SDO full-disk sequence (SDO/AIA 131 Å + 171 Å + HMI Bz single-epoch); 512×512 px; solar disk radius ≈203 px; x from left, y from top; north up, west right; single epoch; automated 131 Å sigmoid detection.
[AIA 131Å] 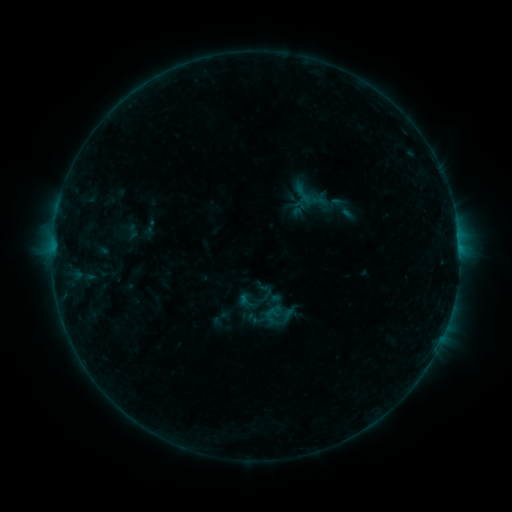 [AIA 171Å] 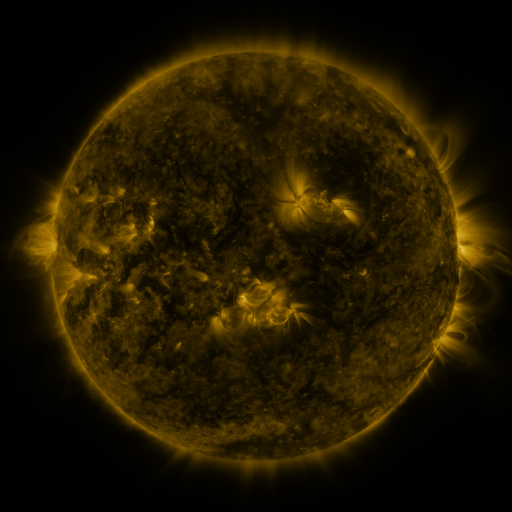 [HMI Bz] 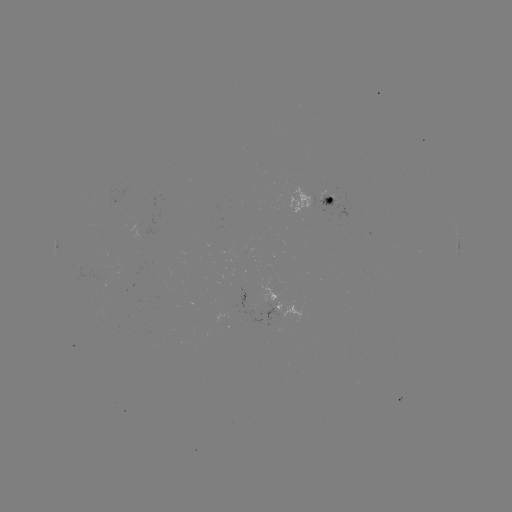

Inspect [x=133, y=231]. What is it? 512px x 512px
sigmoid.